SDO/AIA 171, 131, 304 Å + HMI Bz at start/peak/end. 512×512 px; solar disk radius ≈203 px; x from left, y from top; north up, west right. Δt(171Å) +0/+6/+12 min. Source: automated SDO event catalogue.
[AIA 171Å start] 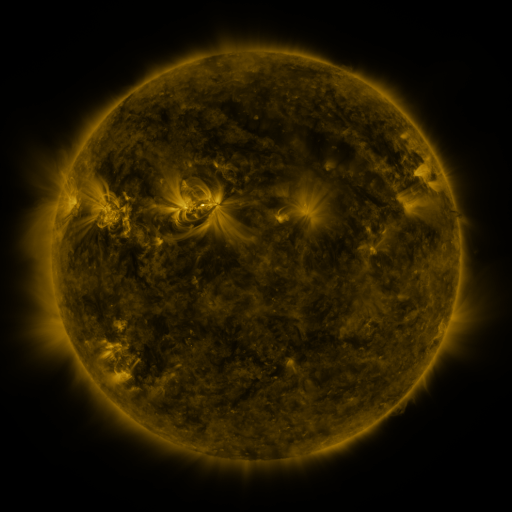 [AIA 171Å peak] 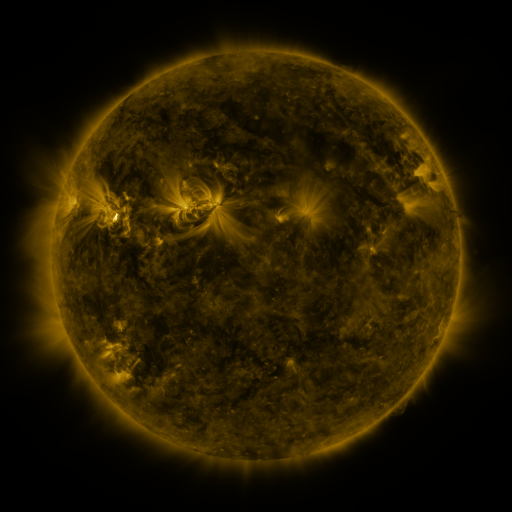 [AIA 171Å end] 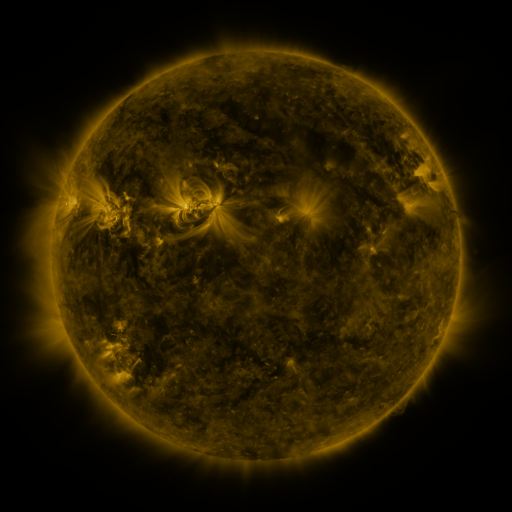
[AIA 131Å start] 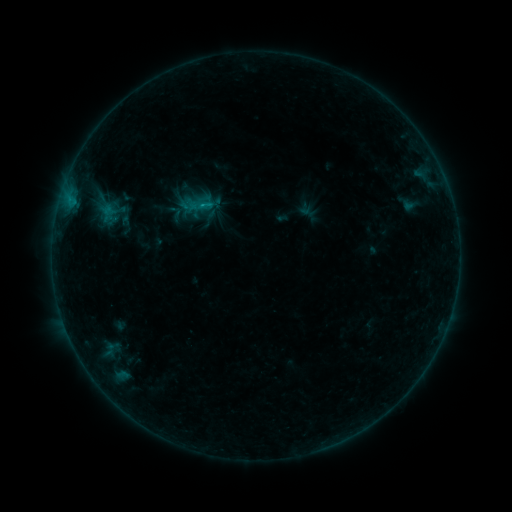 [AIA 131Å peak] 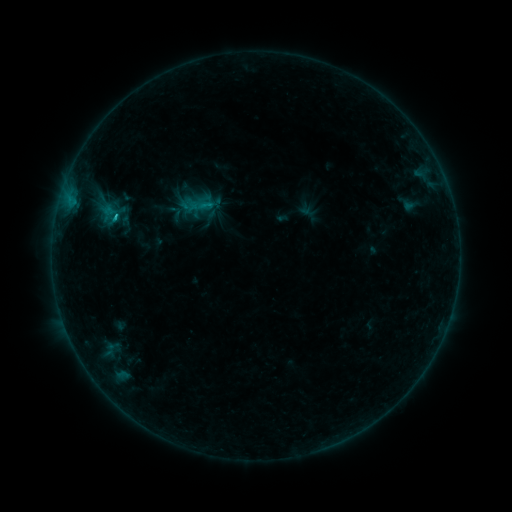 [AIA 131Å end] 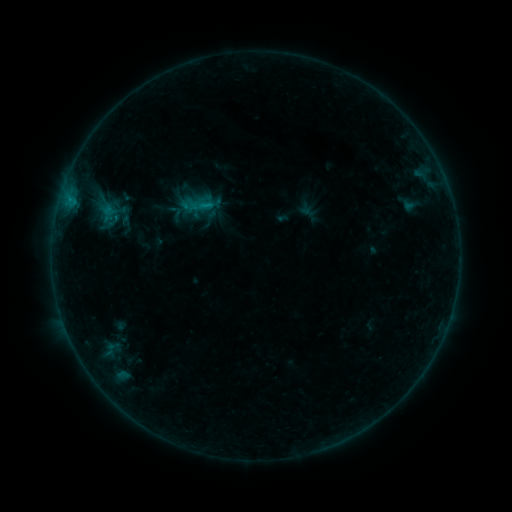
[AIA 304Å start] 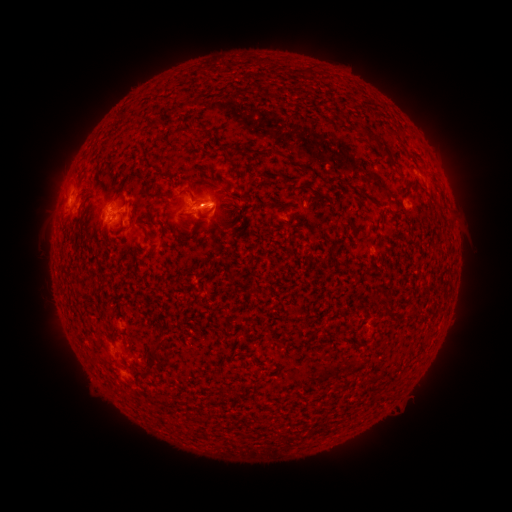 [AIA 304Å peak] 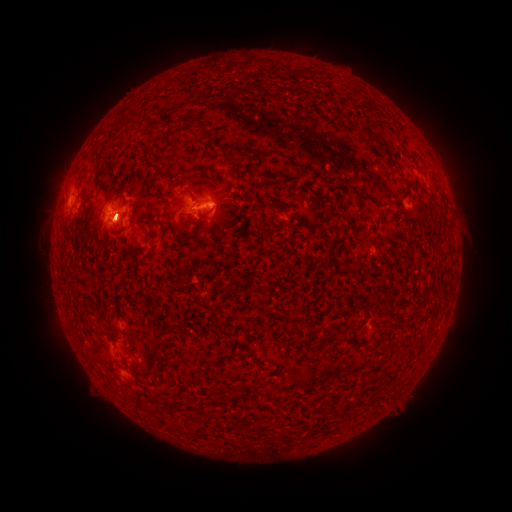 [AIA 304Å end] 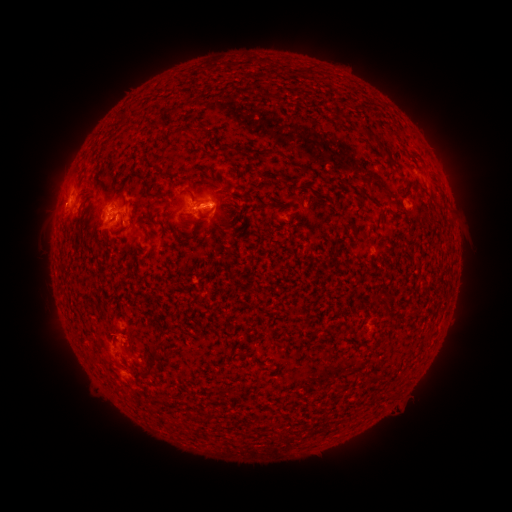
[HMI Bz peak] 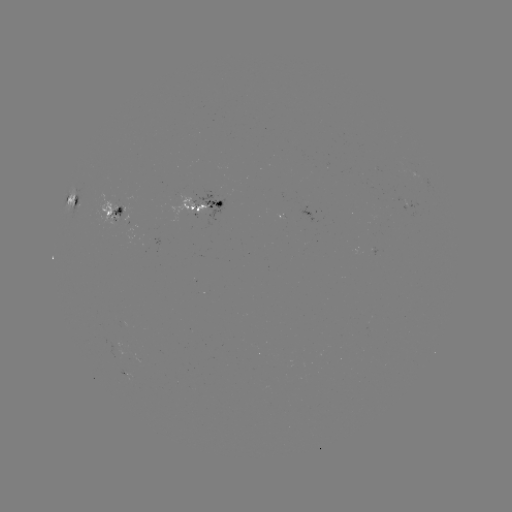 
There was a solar flare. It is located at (118, 220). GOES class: C1.2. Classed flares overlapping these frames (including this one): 1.